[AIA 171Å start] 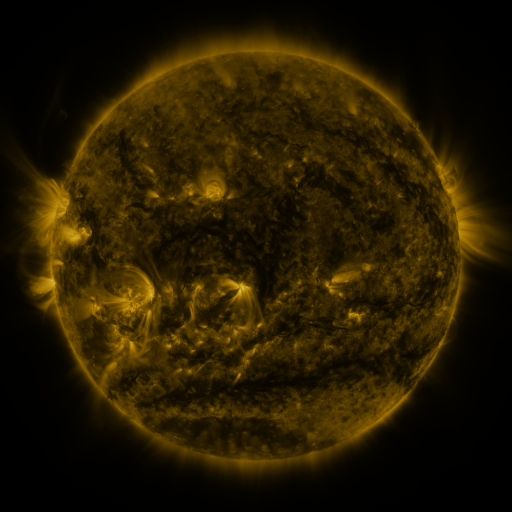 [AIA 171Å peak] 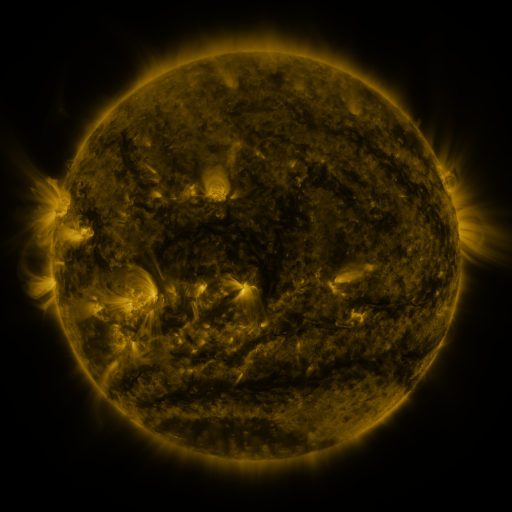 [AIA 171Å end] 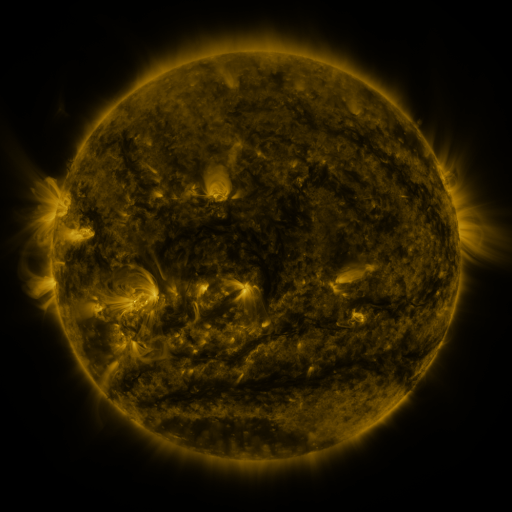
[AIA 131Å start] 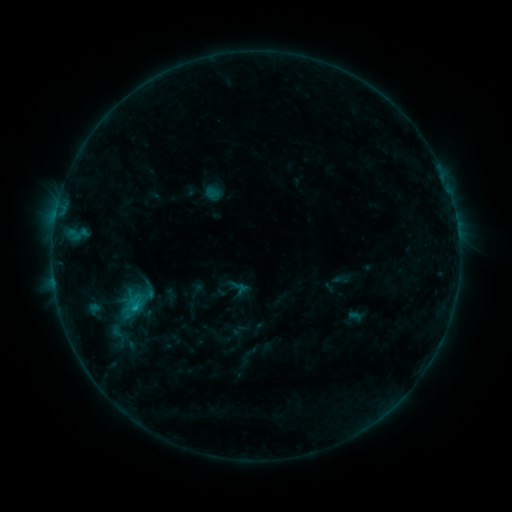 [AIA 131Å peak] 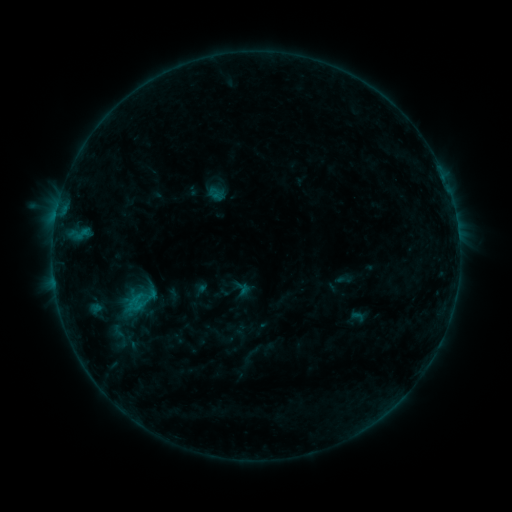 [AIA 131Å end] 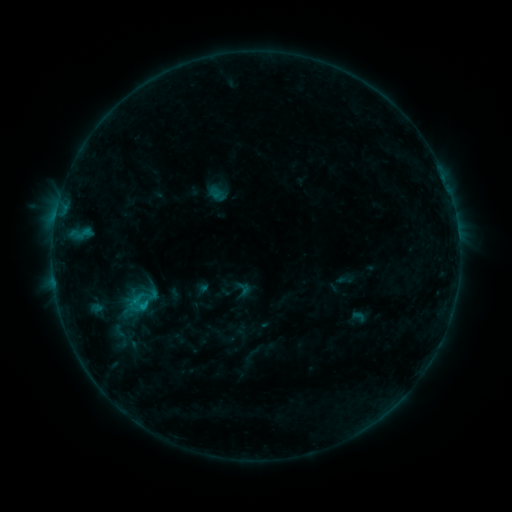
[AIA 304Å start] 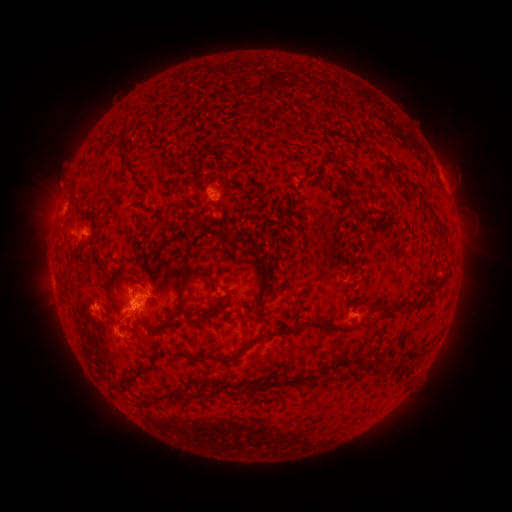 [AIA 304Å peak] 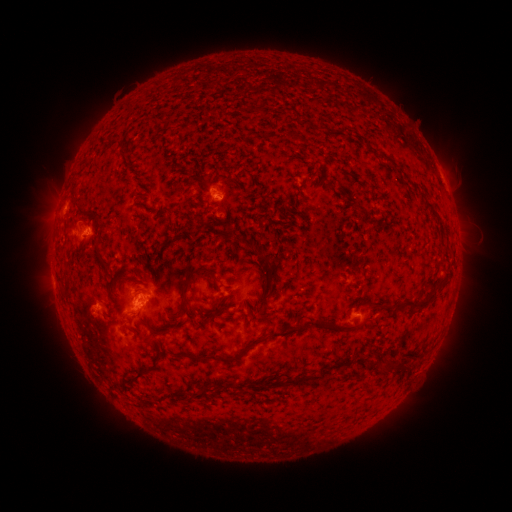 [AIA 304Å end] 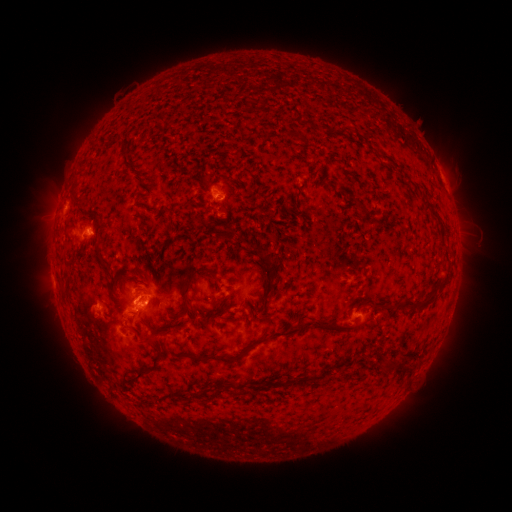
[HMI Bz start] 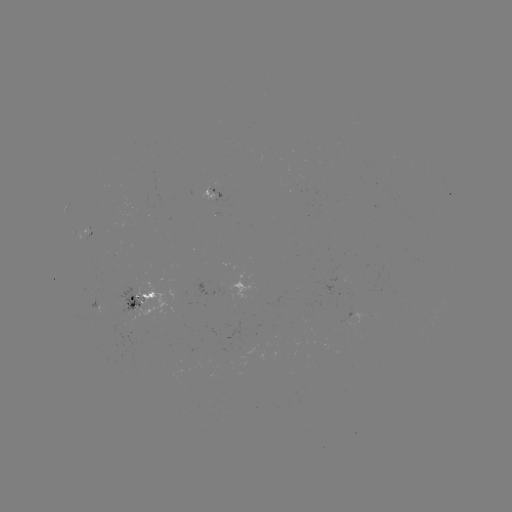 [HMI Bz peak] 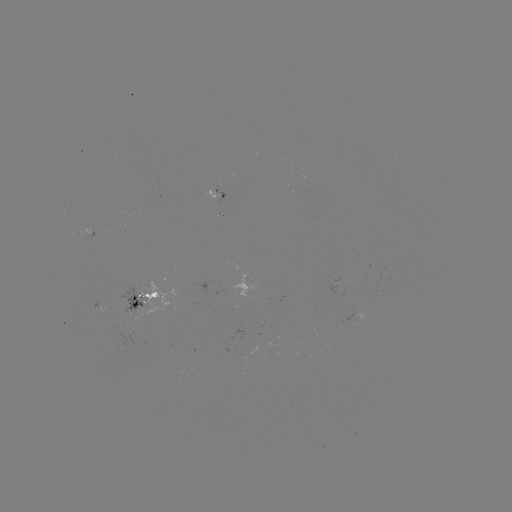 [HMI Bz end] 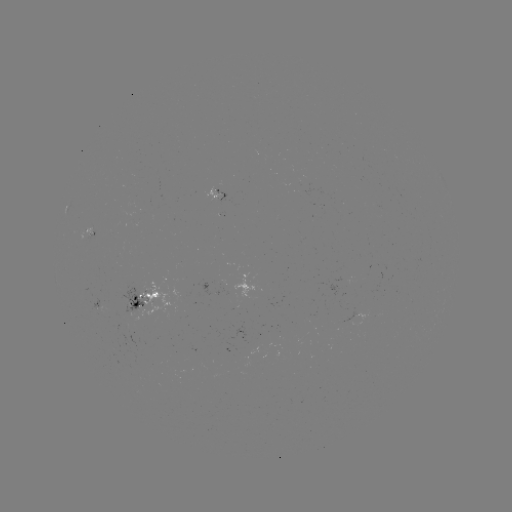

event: emerging-flux region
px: (89, 230)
